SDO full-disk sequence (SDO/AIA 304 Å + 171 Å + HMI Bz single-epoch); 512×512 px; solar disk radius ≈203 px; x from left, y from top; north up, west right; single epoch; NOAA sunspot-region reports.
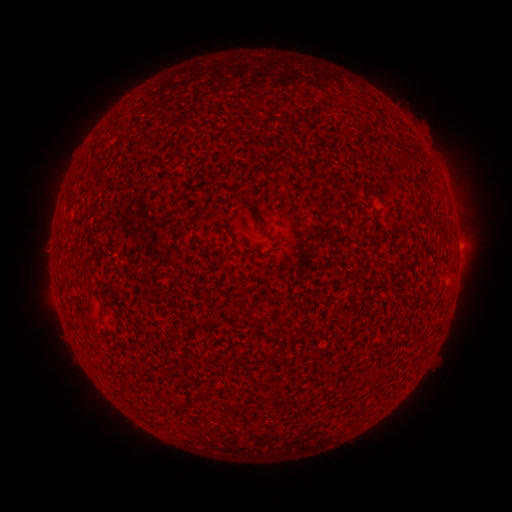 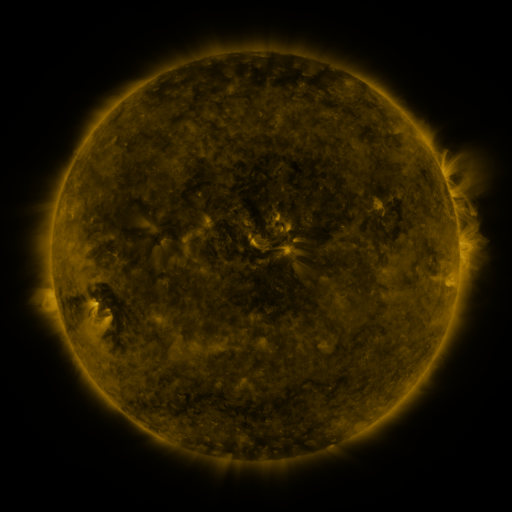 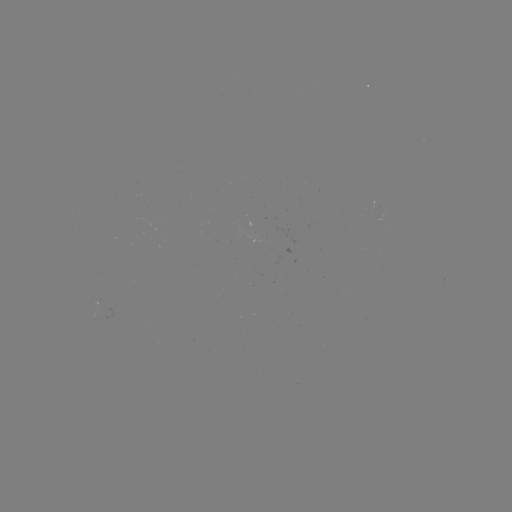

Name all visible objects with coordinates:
(none)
